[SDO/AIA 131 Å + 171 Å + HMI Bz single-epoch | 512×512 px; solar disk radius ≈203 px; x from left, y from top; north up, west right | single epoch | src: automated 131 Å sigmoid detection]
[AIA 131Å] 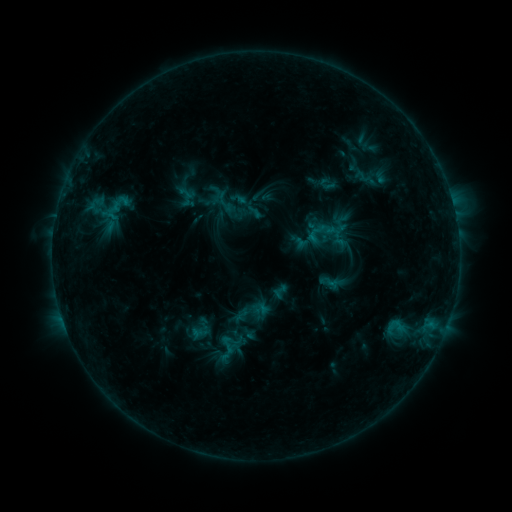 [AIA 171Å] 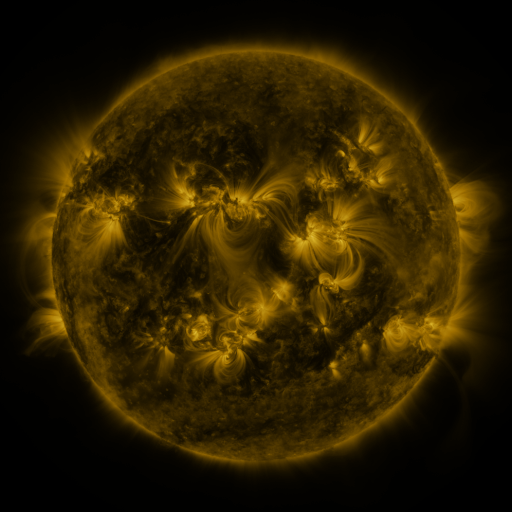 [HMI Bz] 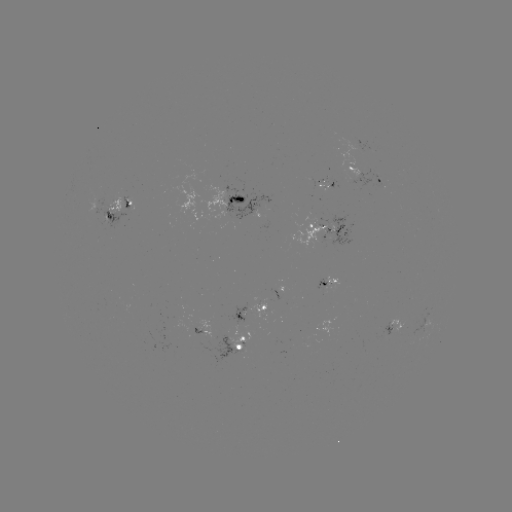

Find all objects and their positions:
sigmoid: <bbox>212, 188, 236, 213</bbox>
sigmoid: <bbox>272, 283, 289, 300</bbox>
sigmoid: <bbox>240, 303, 259, 322</bbox>
